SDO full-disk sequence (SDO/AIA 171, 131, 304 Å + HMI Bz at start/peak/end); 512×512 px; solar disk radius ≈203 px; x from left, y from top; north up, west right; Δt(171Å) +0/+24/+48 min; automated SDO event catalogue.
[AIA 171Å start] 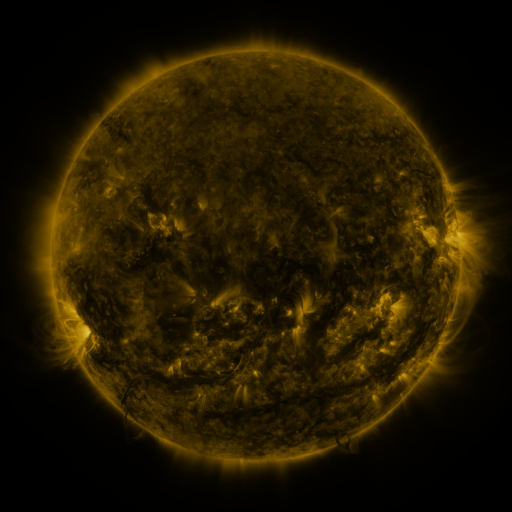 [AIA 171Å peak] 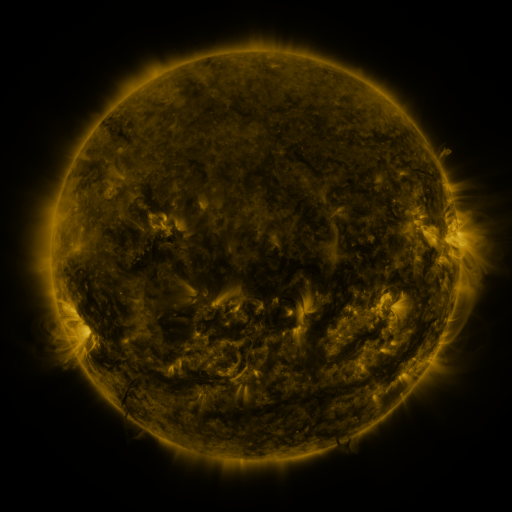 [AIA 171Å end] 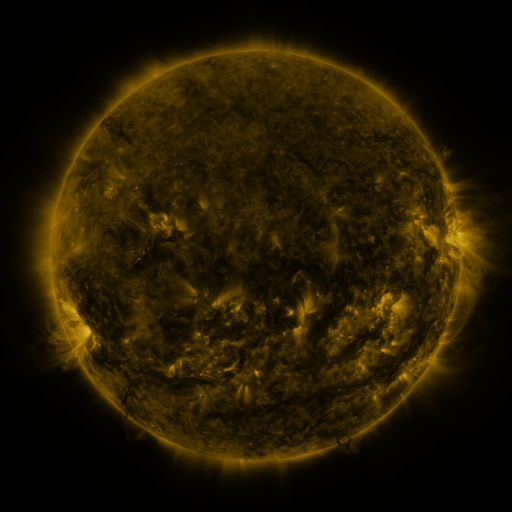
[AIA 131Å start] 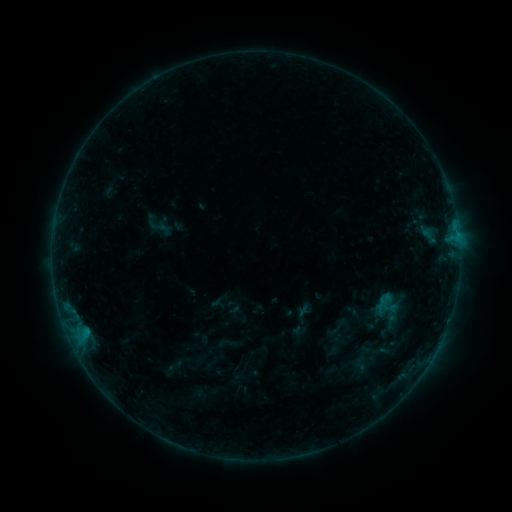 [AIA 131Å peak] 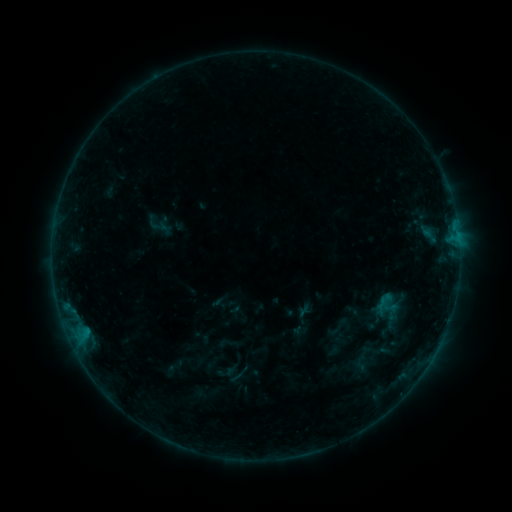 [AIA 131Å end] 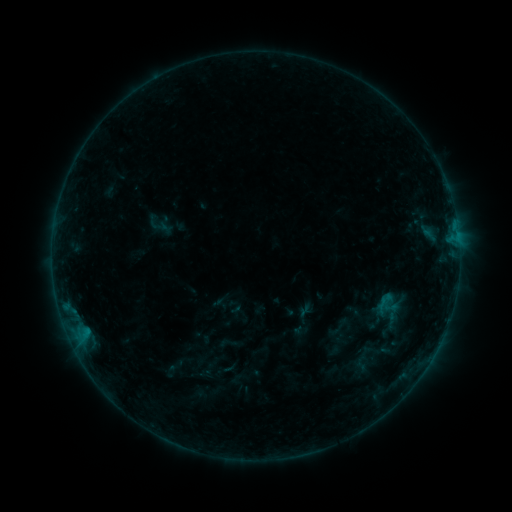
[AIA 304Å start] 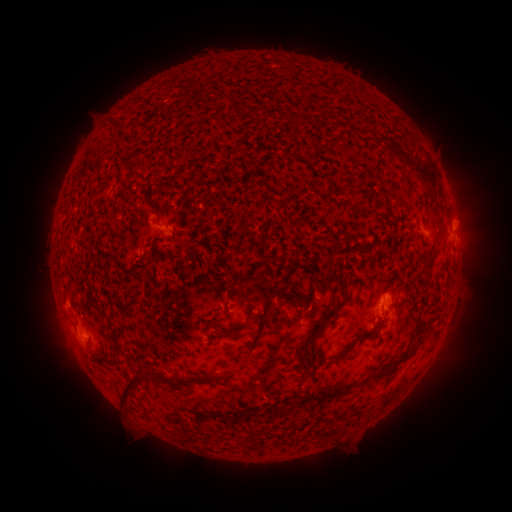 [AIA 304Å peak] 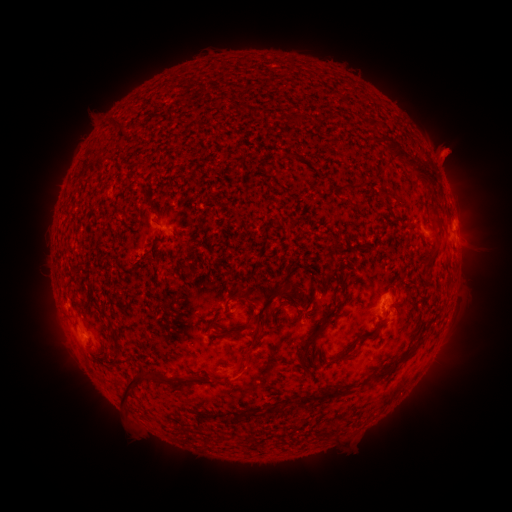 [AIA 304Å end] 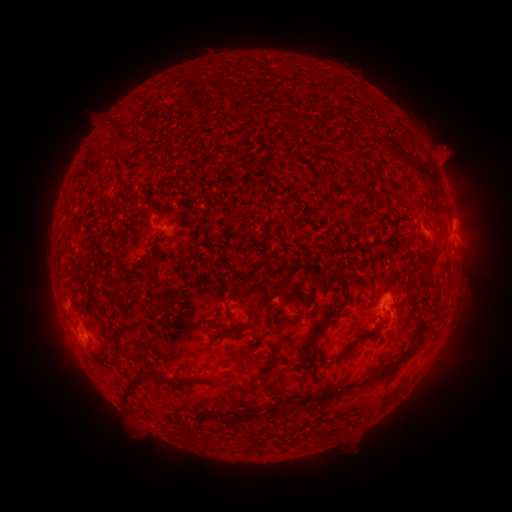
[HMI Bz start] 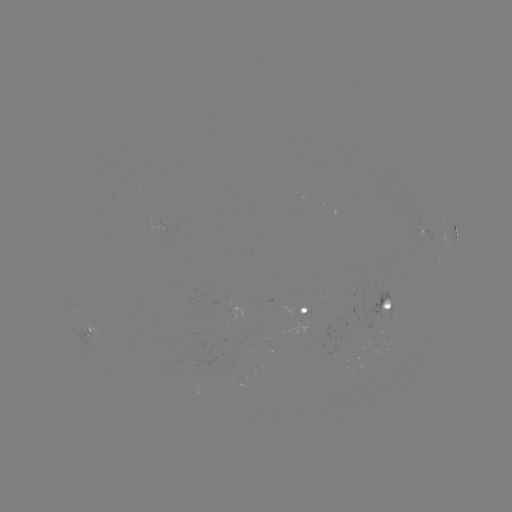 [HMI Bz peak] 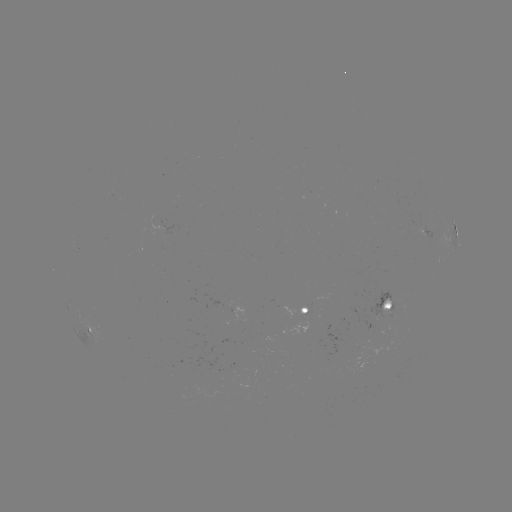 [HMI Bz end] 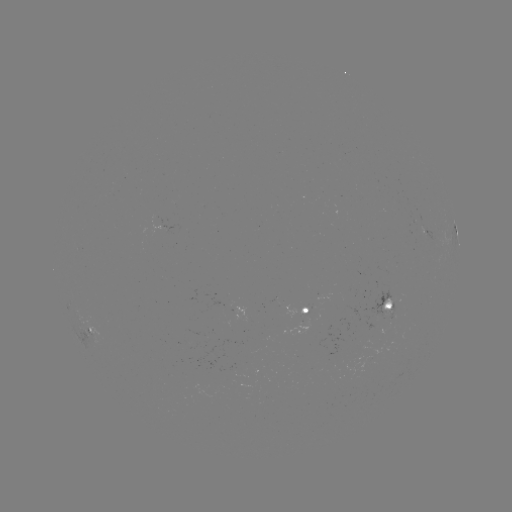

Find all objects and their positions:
eruption: (235, 373)
